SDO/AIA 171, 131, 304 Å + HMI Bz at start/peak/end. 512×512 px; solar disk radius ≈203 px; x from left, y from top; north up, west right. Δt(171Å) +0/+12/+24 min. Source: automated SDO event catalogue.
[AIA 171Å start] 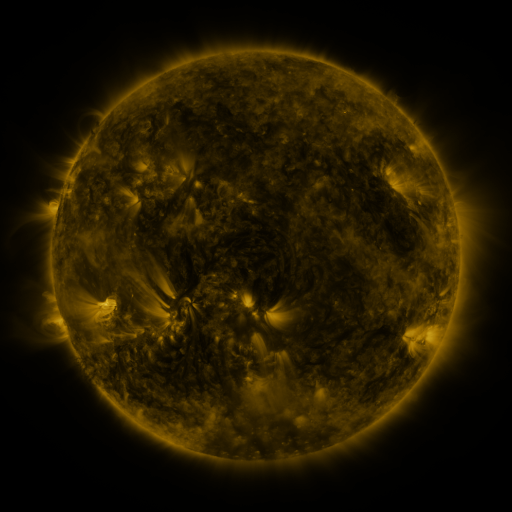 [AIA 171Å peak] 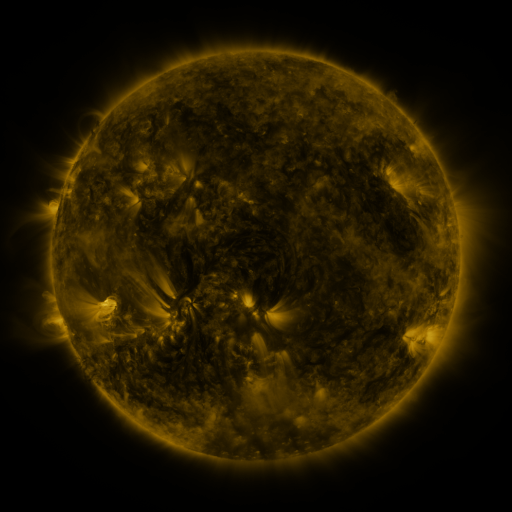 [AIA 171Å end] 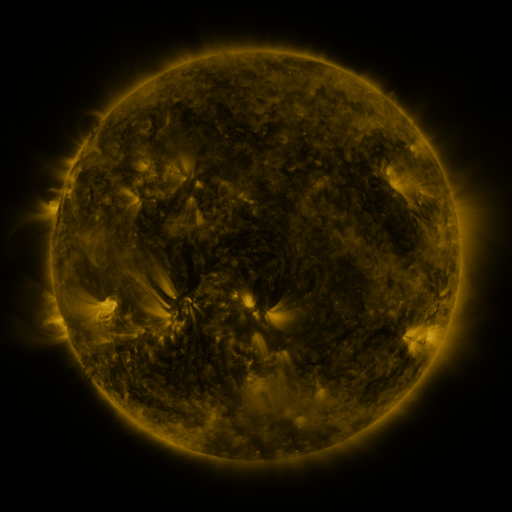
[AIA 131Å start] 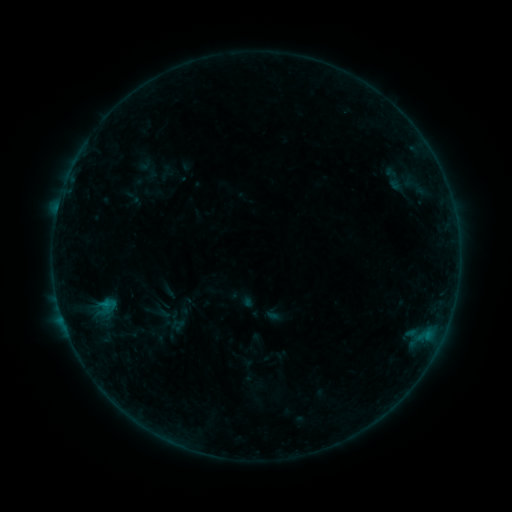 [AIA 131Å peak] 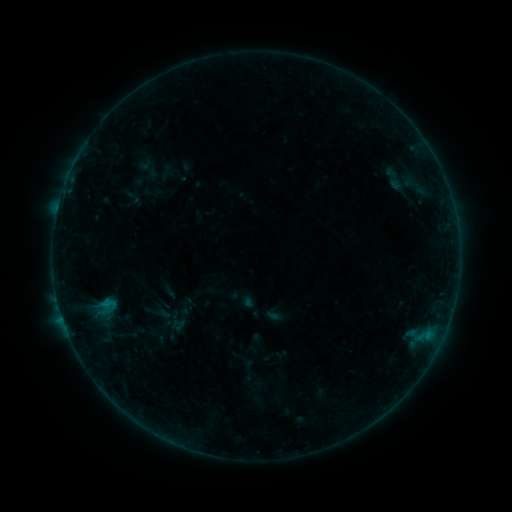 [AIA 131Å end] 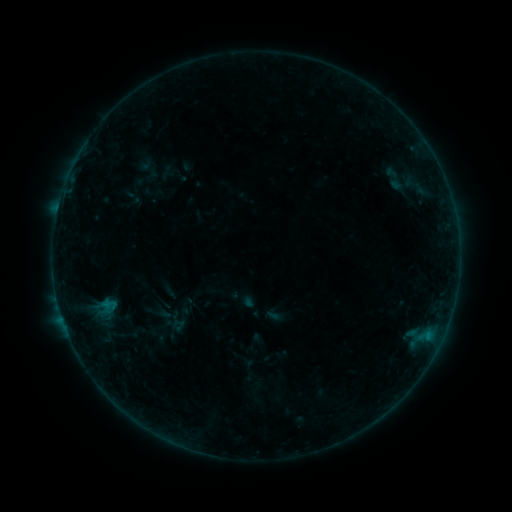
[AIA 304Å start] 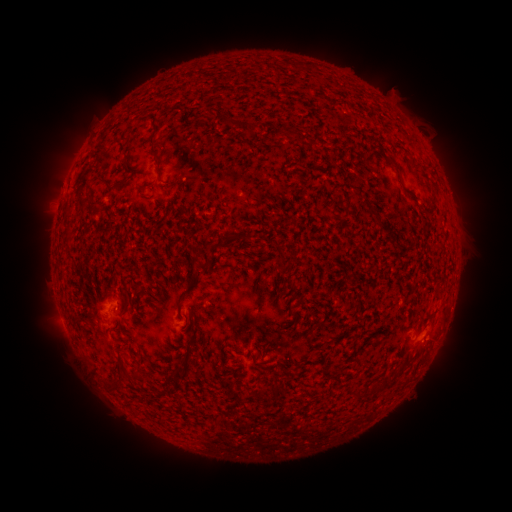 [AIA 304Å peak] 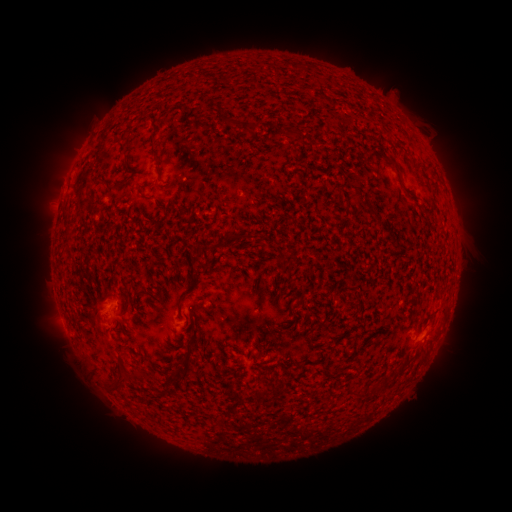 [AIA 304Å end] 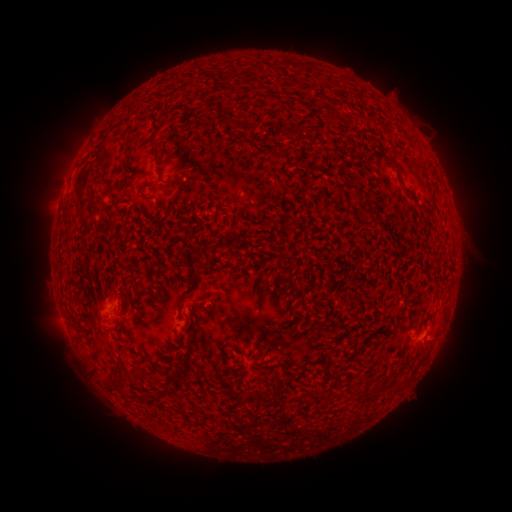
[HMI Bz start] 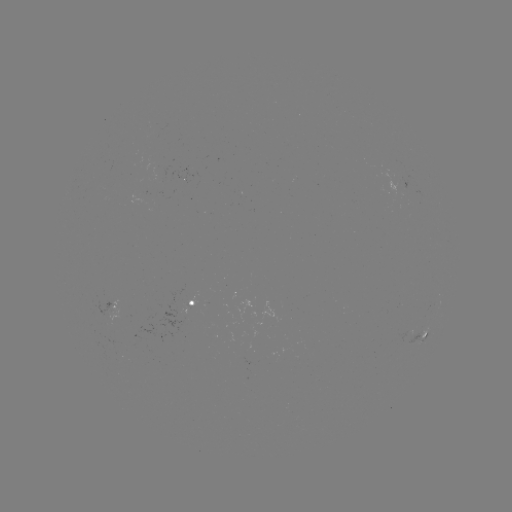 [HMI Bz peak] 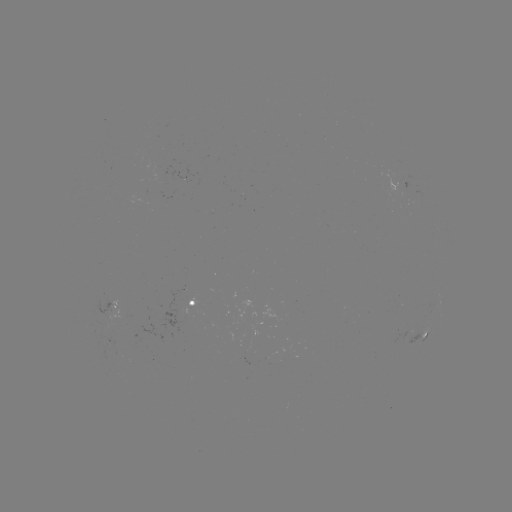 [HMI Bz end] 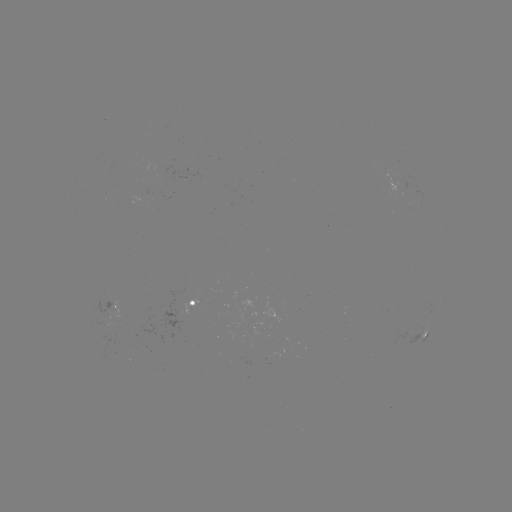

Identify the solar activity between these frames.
no classed flare was catalogued and no EUV brightening was flagged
